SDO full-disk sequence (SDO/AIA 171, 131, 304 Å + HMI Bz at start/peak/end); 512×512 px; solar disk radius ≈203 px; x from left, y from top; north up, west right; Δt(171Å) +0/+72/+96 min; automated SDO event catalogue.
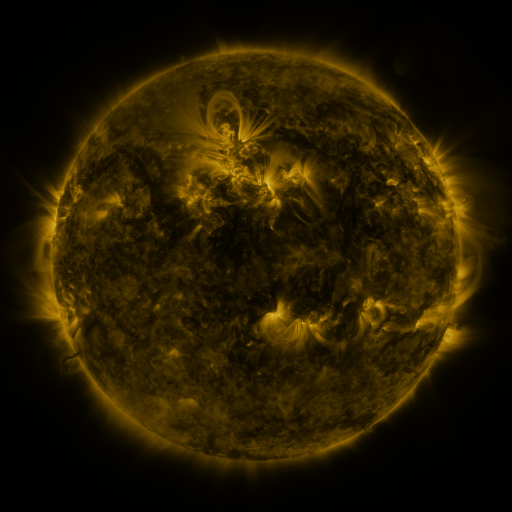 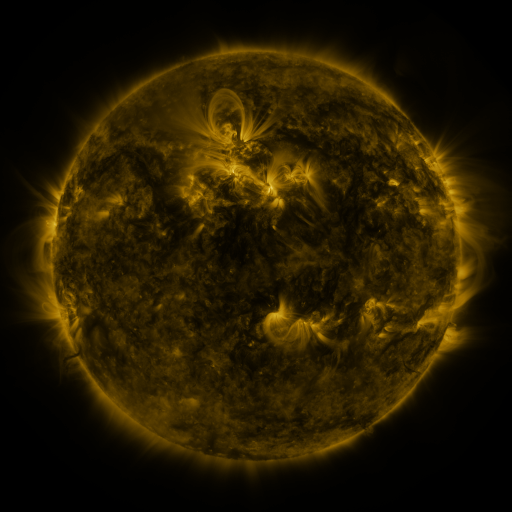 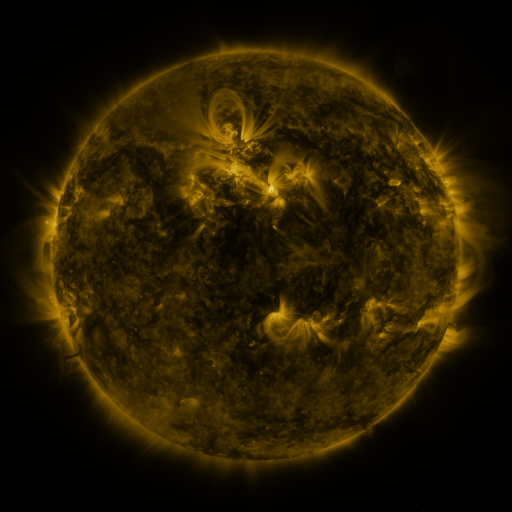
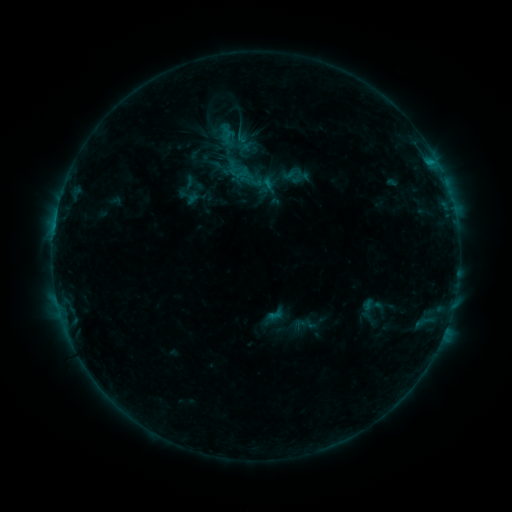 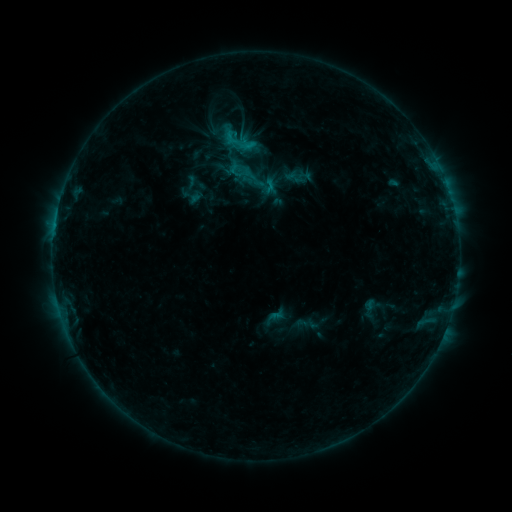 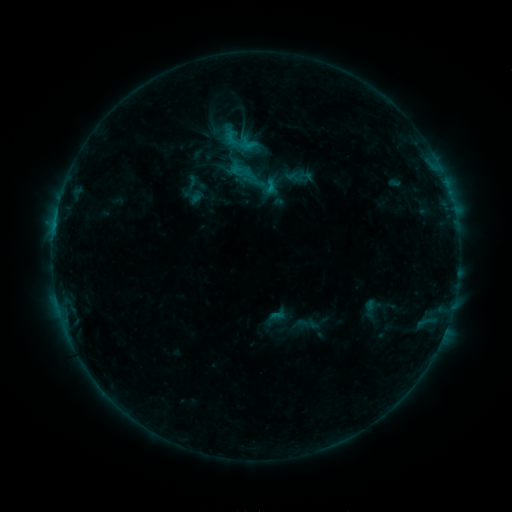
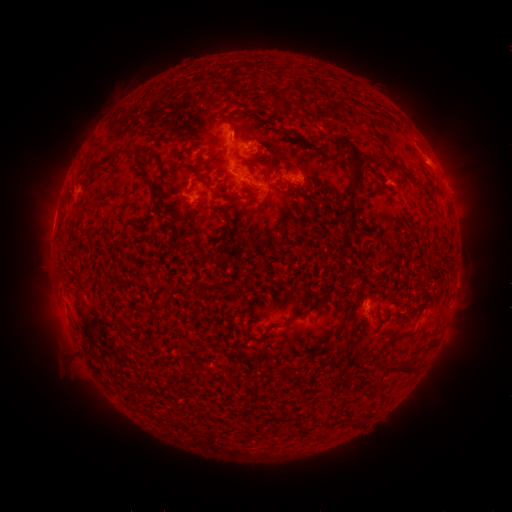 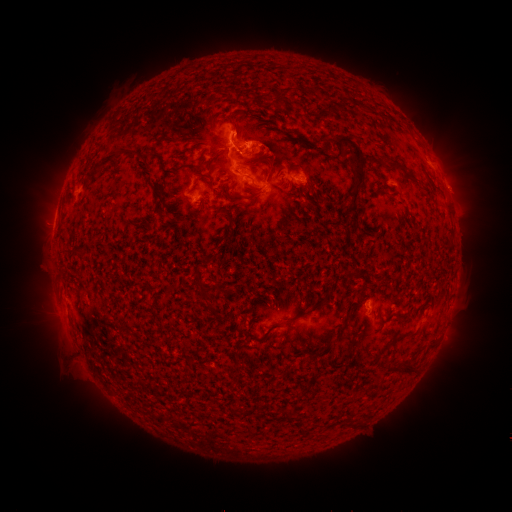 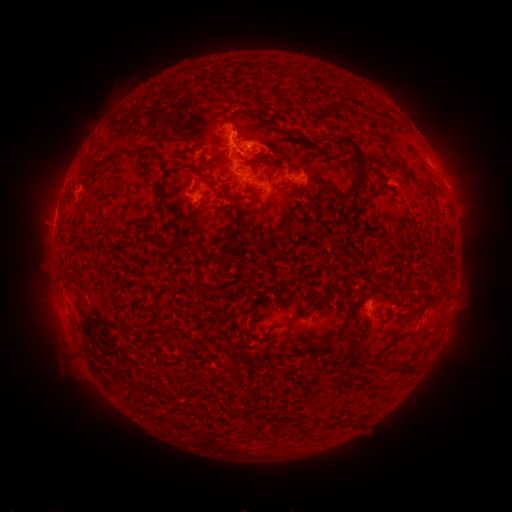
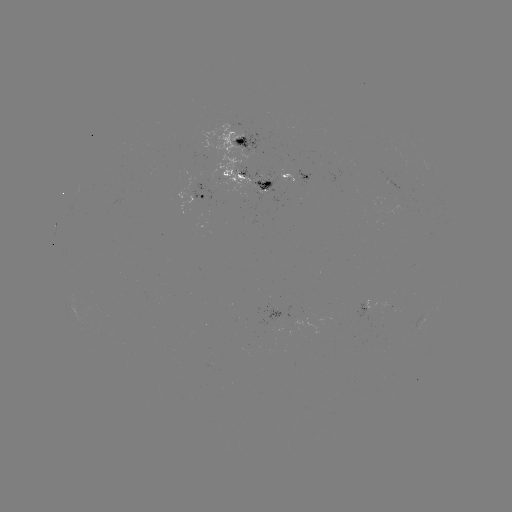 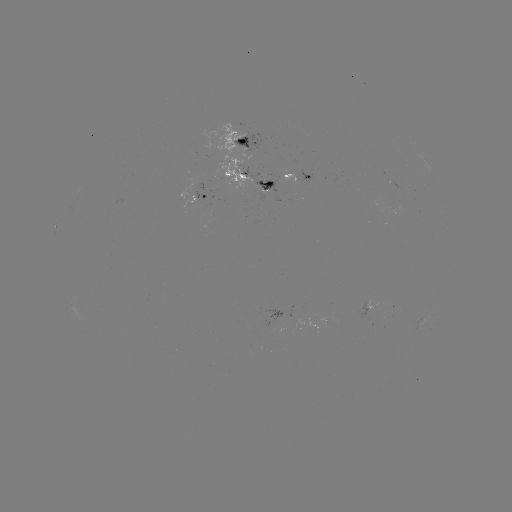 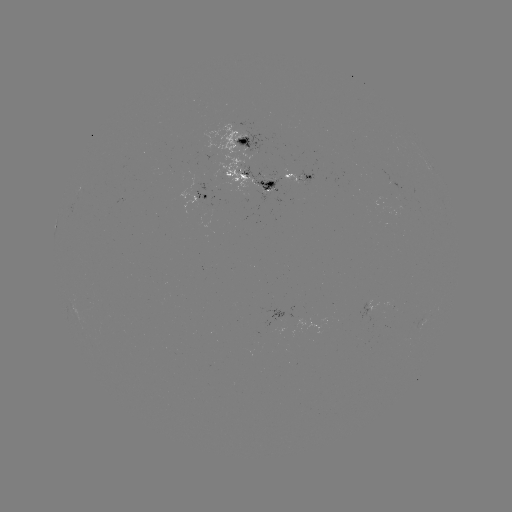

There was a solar emerging-flux region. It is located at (196, 190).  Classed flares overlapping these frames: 2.